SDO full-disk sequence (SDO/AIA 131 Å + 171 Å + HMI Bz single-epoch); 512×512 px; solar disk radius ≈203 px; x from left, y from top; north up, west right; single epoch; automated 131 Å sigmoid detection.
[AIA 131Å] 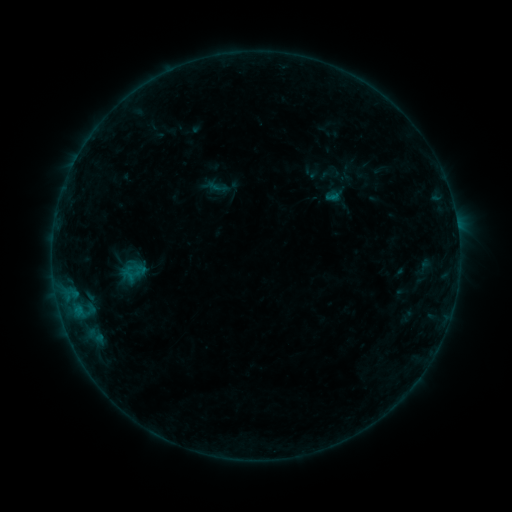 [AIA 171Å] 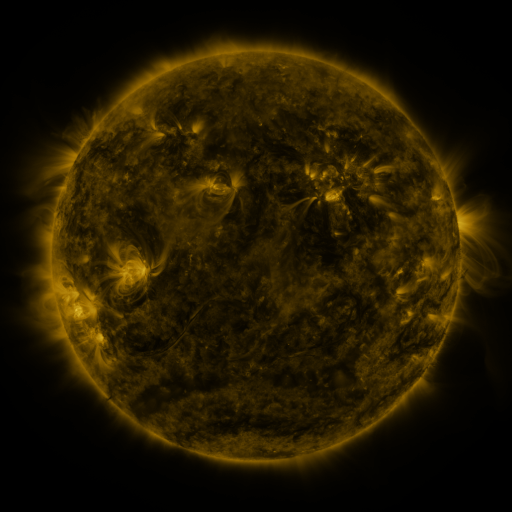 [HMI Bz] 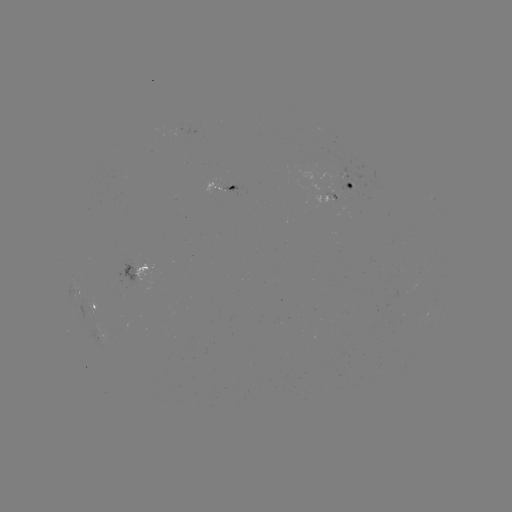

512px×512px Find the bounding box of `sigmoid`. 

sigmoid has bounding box [319, 171, 359, 209].